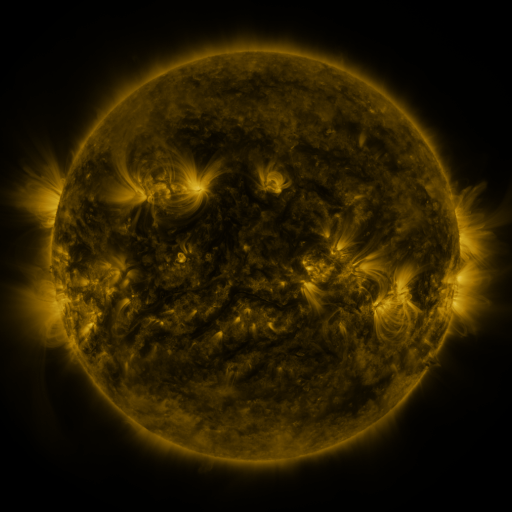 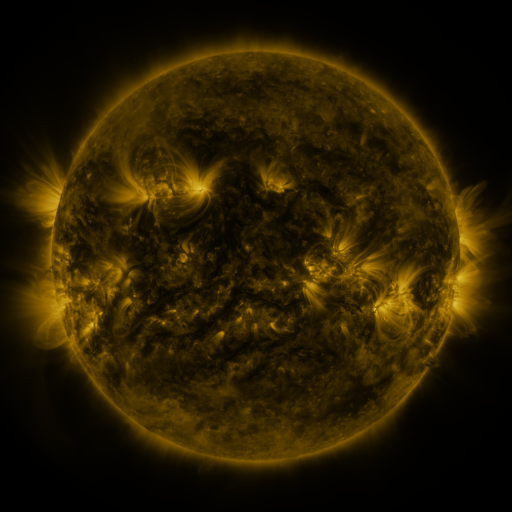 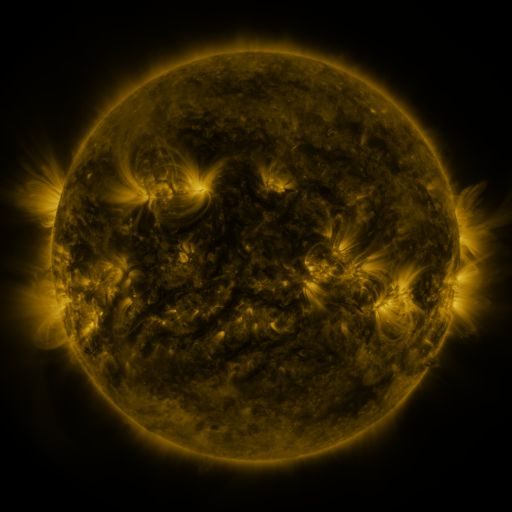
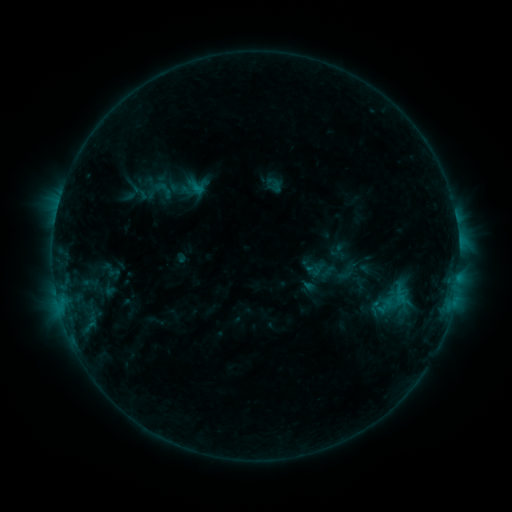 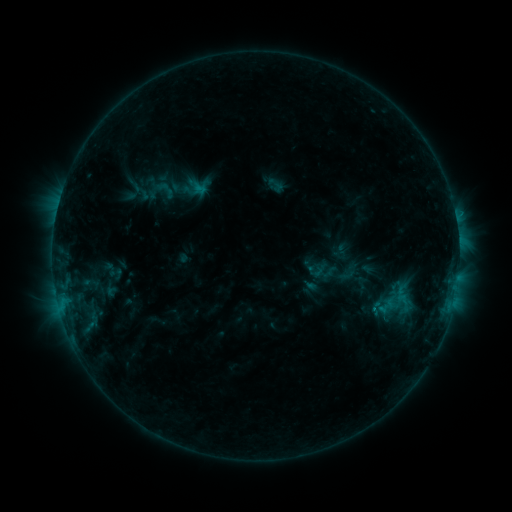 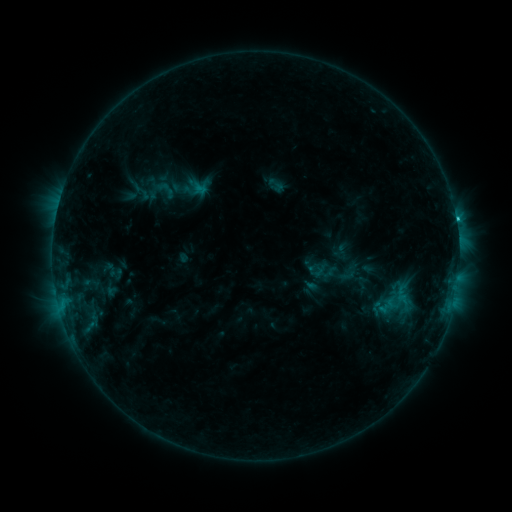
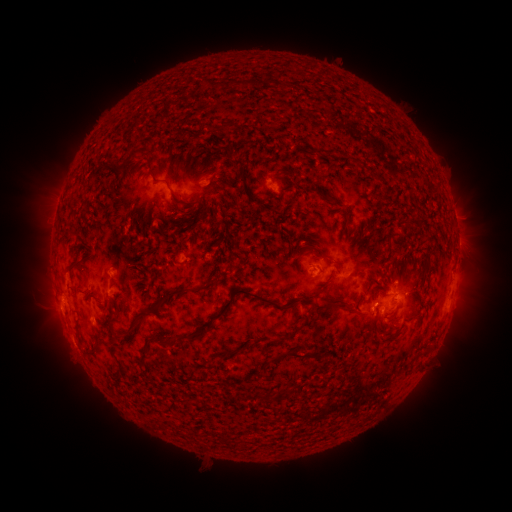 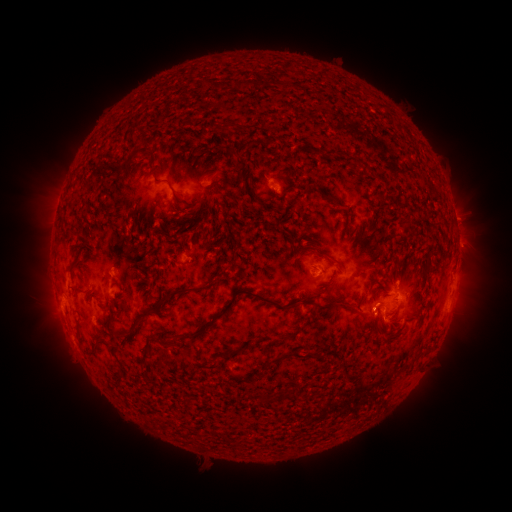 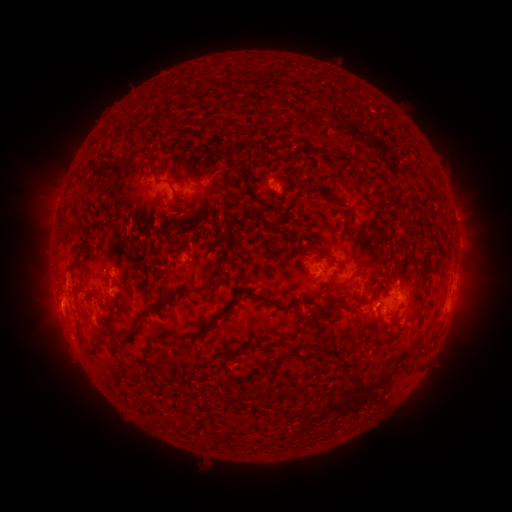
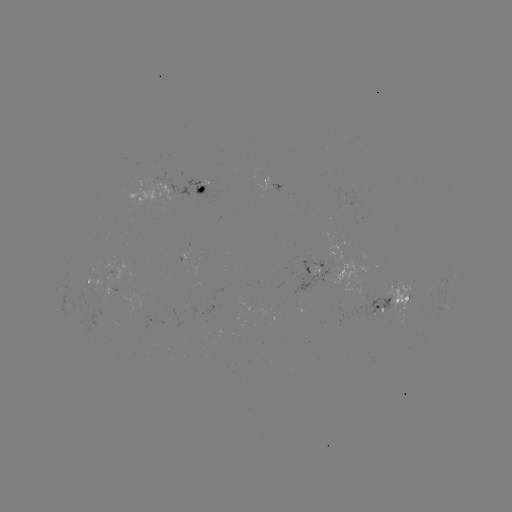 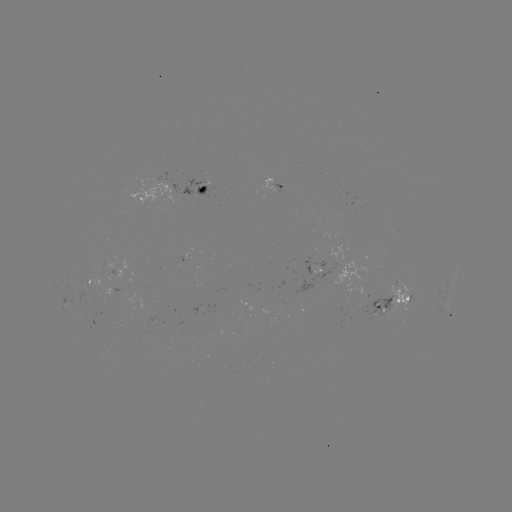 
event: emerging-flux region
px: (406, 297)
